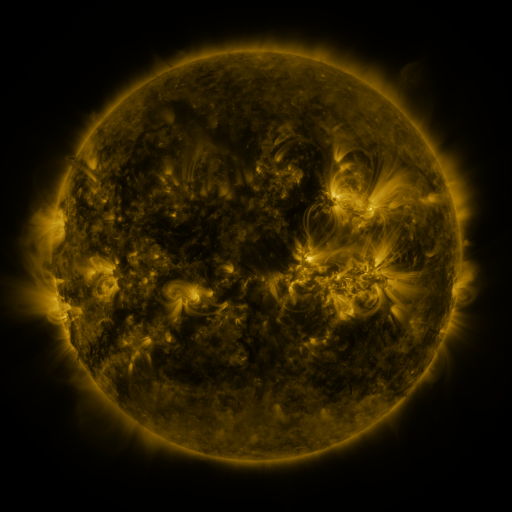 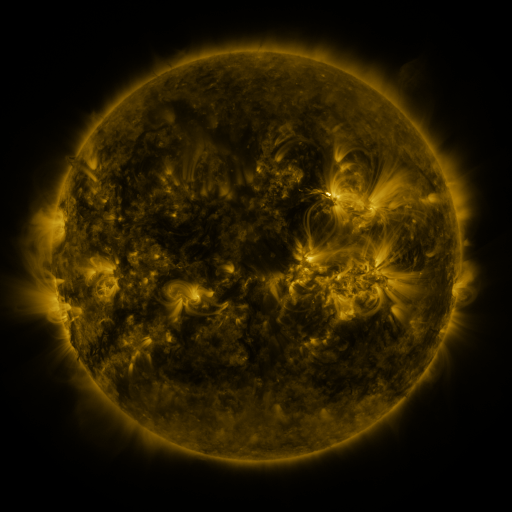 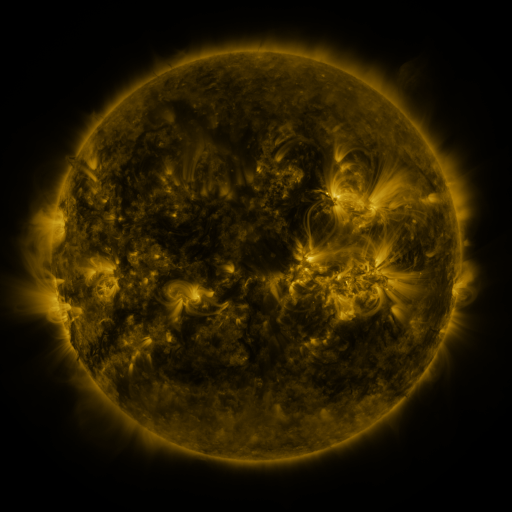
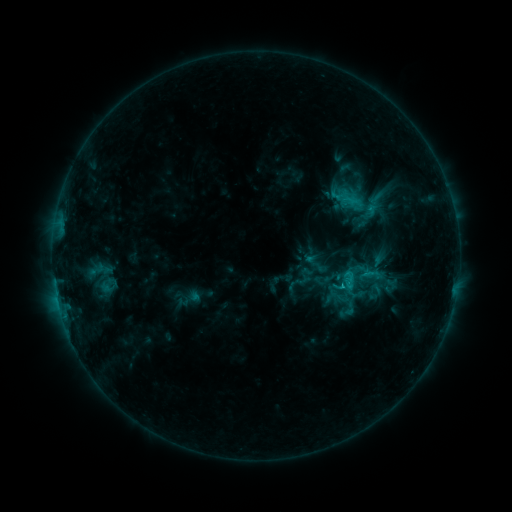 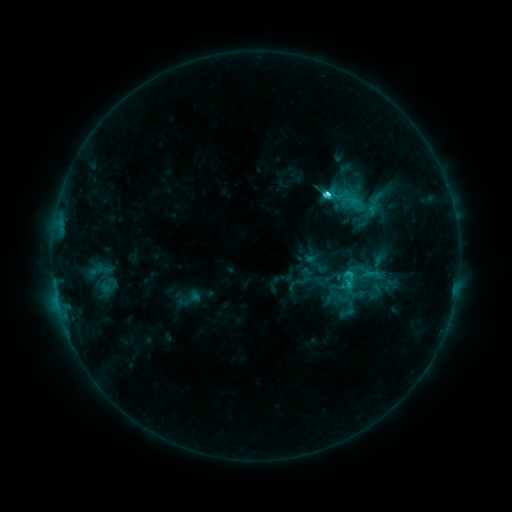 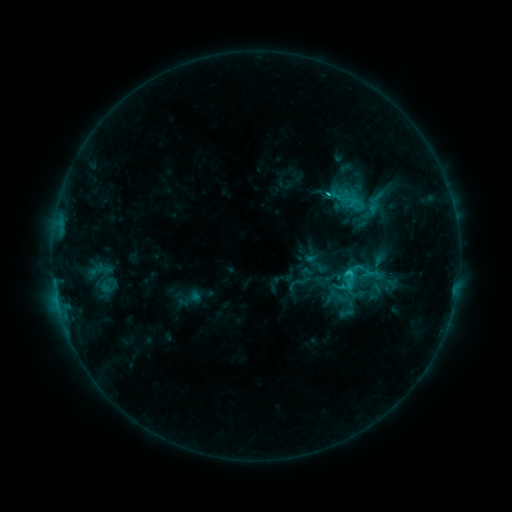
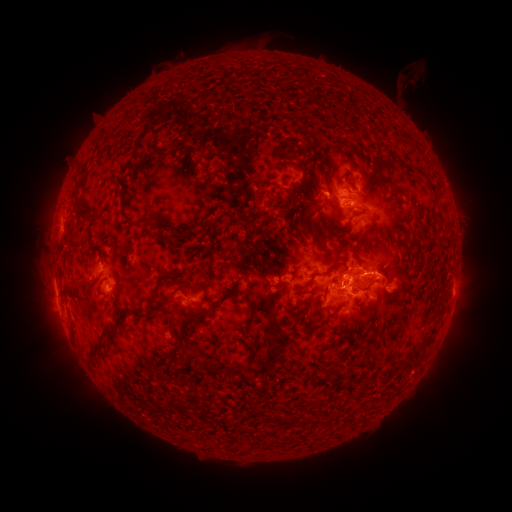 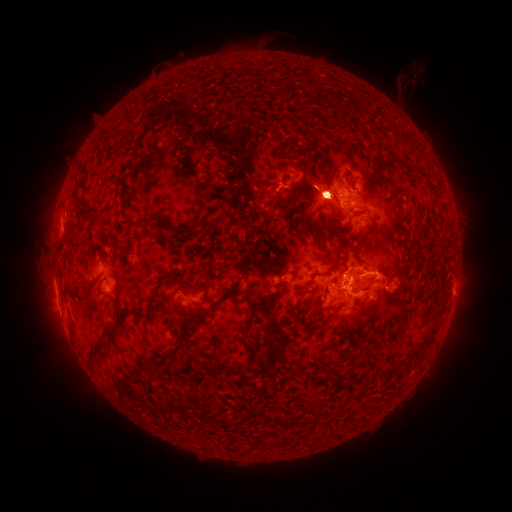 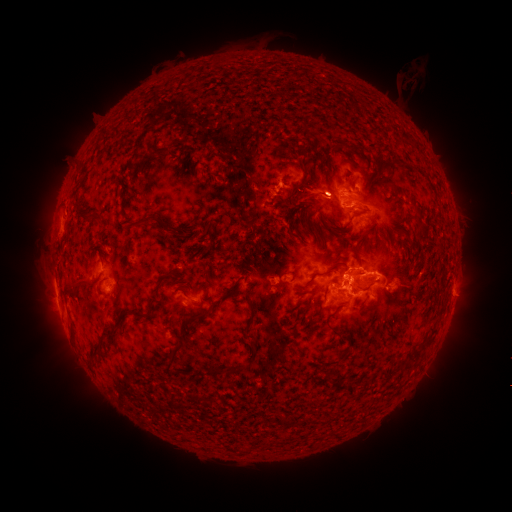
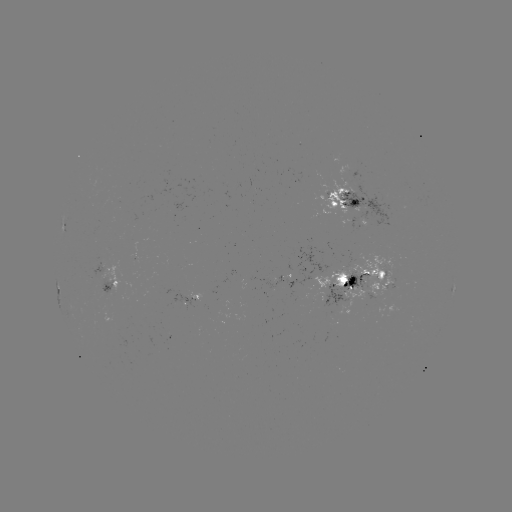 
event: flare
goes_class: C5.2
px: (327, 196)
